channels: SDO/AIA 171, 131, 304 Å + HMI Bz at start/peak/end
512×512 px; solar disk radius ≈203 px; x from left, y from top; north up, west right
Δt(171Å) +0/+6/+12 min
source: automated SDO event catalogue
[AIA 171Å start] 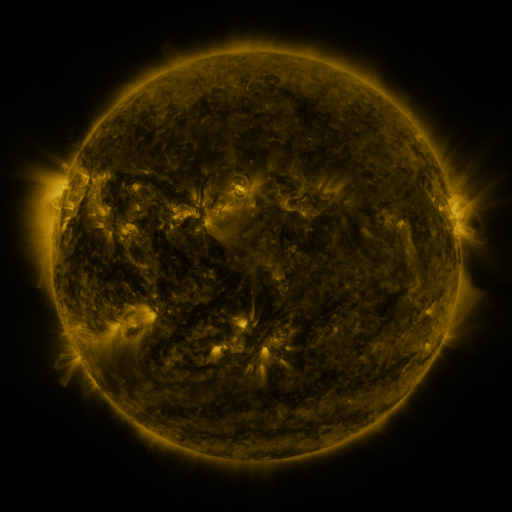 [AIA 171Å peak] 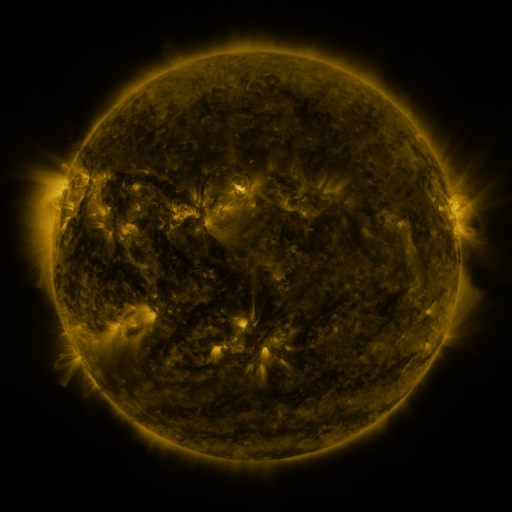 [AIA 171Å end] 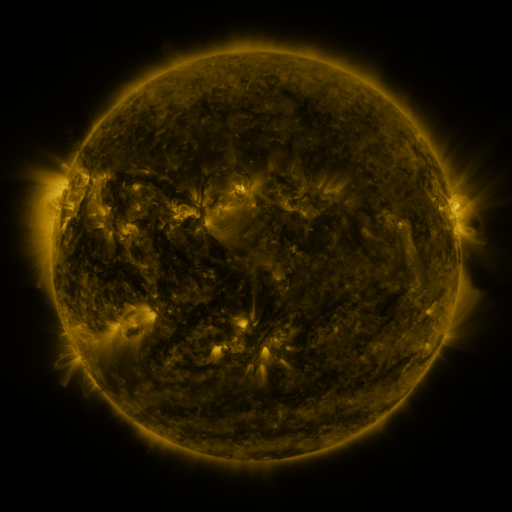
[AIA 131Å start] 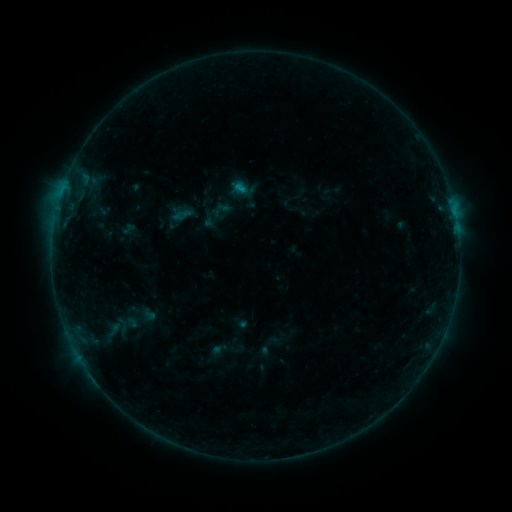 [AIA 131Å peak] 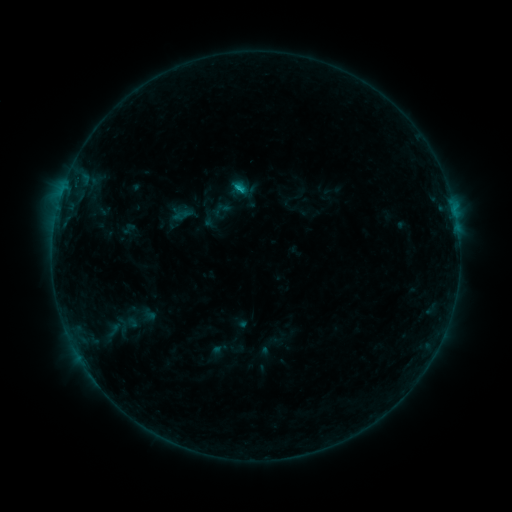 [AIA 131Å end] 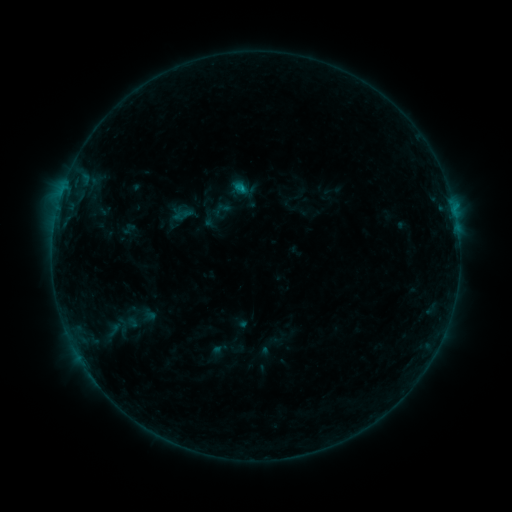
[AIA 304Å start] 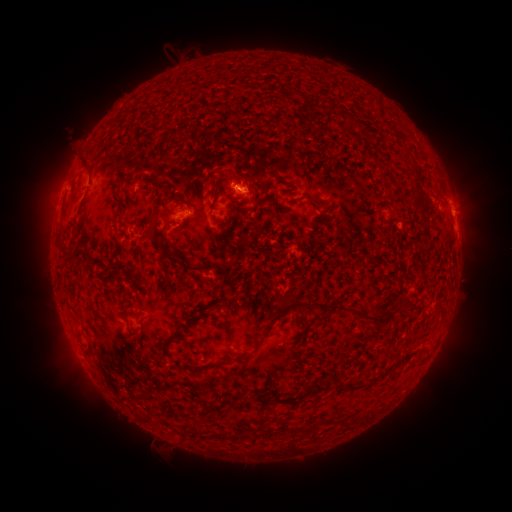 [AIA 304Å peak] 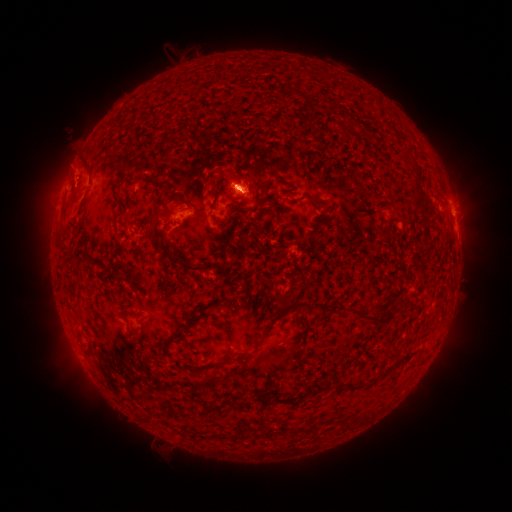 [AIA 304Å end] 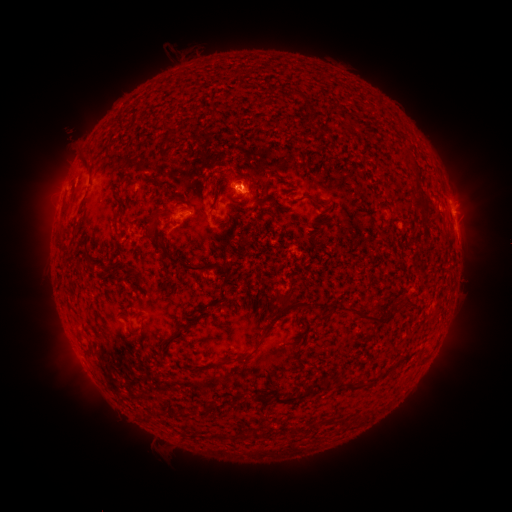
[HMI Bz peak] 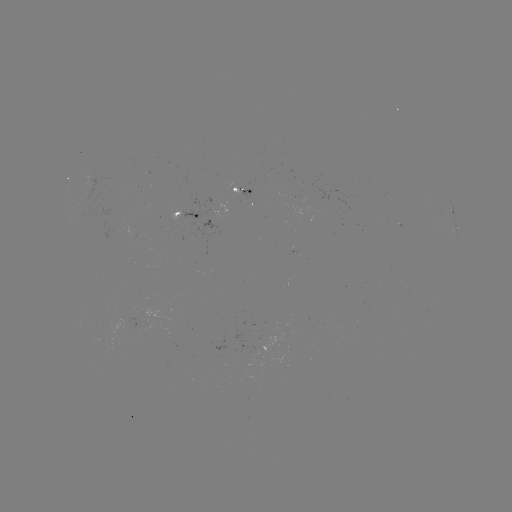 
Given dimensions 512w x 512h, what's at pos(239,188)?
B6.6 flare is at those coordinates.